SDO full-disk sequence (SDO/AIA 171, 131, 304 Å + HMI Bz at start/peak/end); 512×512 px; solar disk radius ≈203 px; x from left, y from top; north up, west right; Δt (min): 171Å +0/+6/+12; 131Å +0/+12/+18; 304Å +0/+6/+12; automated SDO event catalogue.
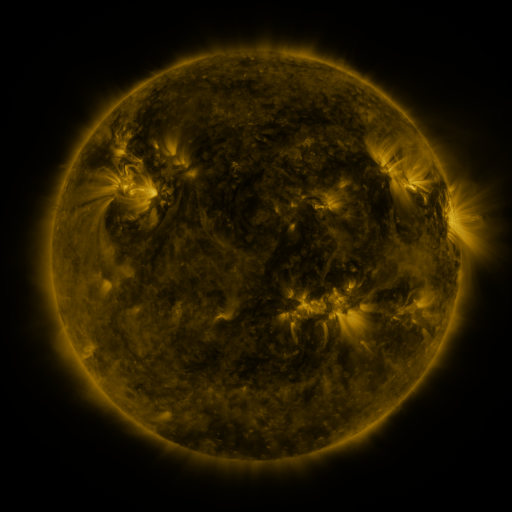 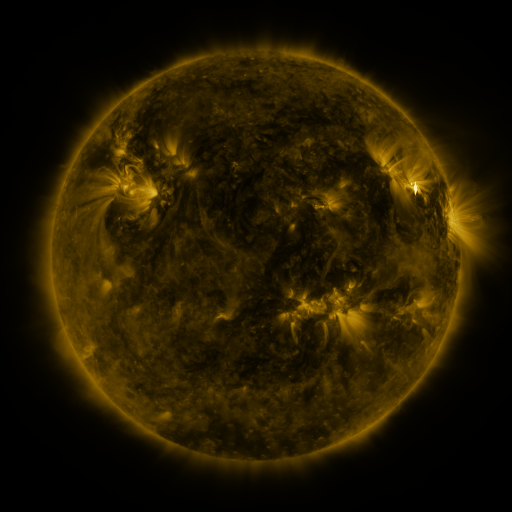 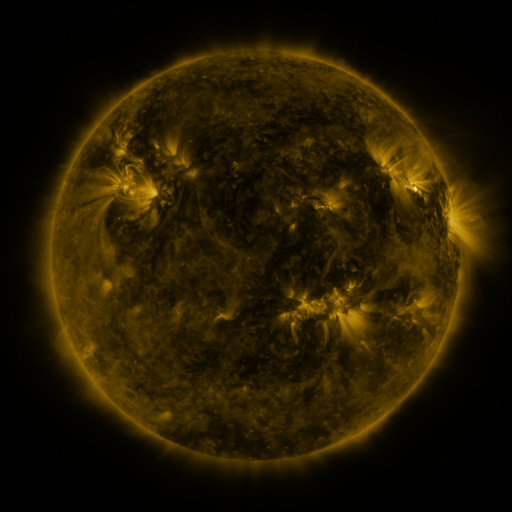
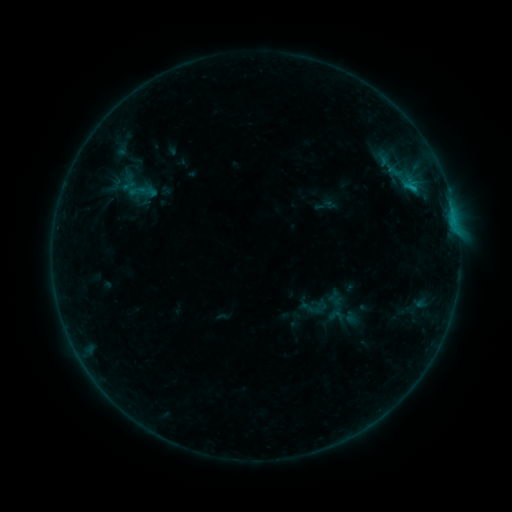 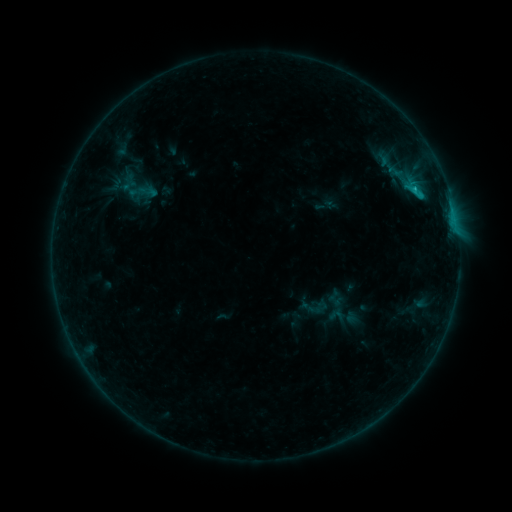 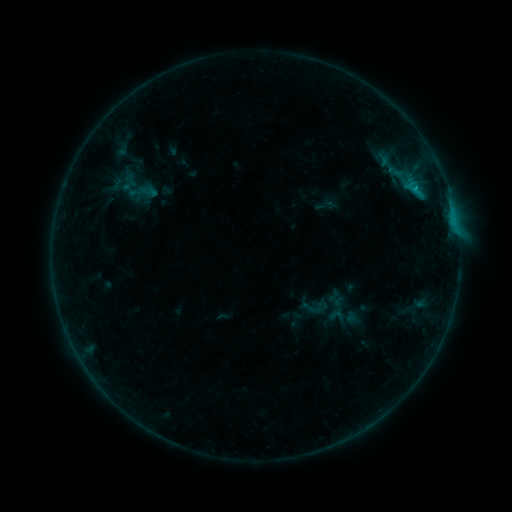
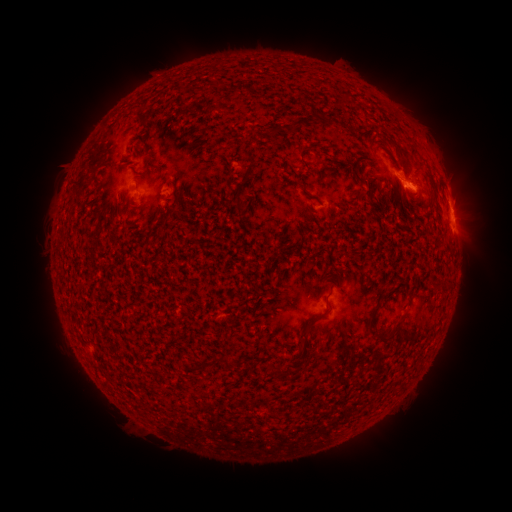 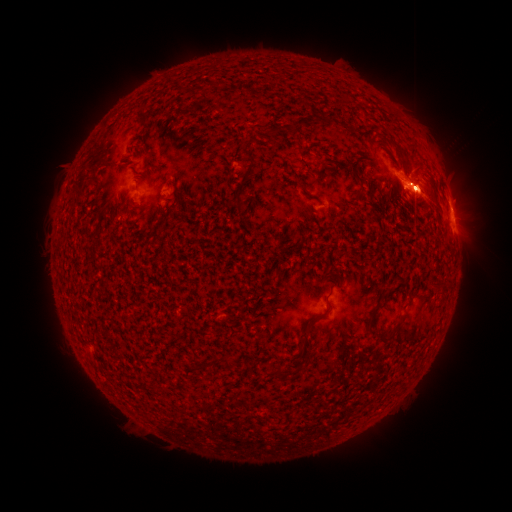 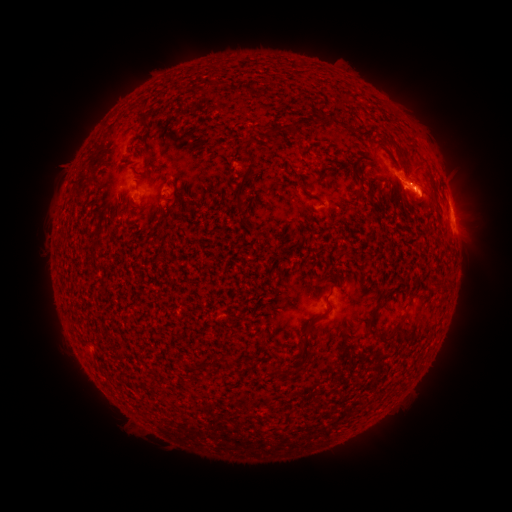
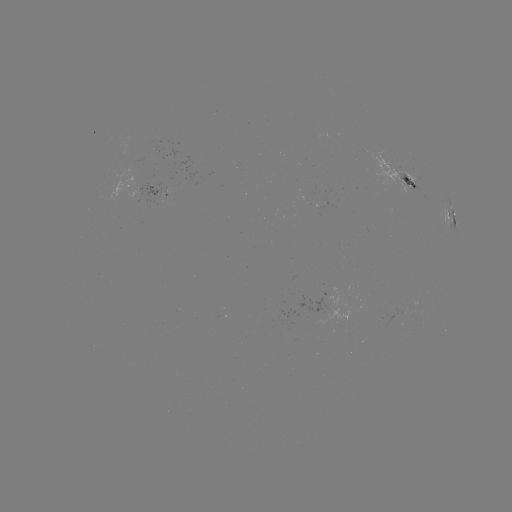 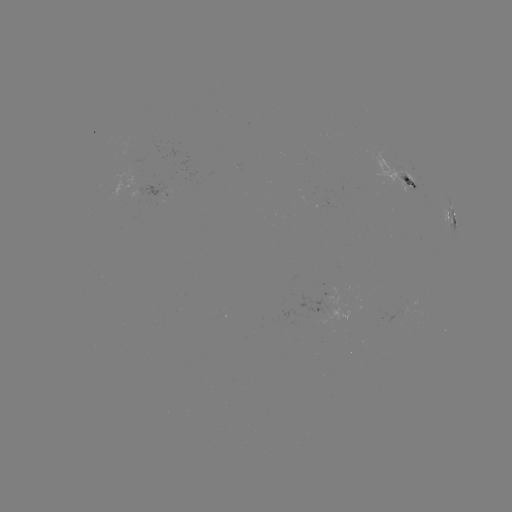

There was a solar eruption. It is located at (433, 204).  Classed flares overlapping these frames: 1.